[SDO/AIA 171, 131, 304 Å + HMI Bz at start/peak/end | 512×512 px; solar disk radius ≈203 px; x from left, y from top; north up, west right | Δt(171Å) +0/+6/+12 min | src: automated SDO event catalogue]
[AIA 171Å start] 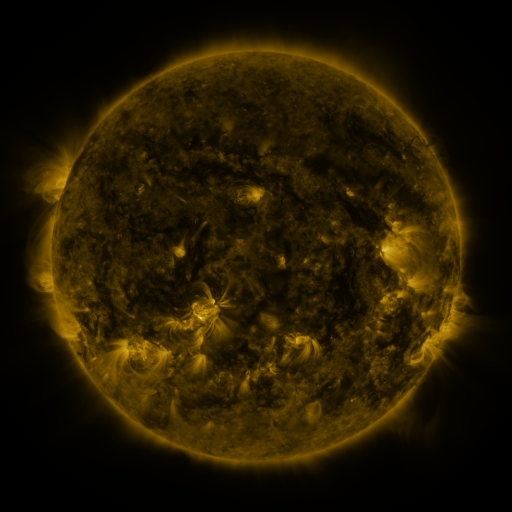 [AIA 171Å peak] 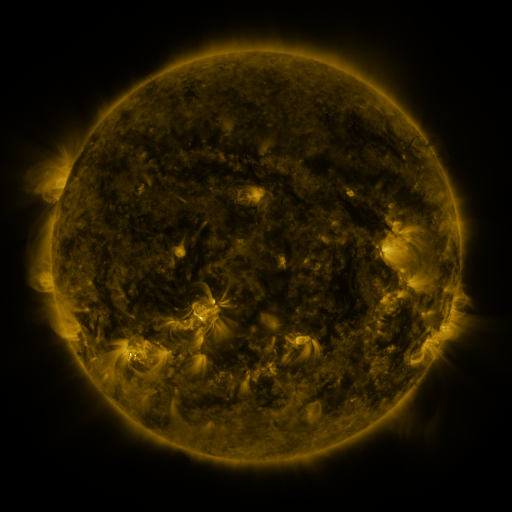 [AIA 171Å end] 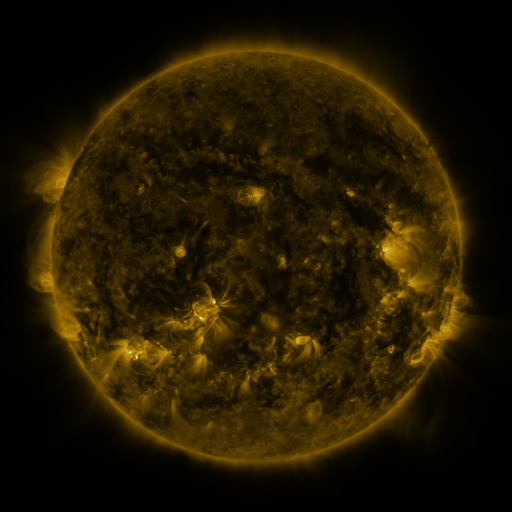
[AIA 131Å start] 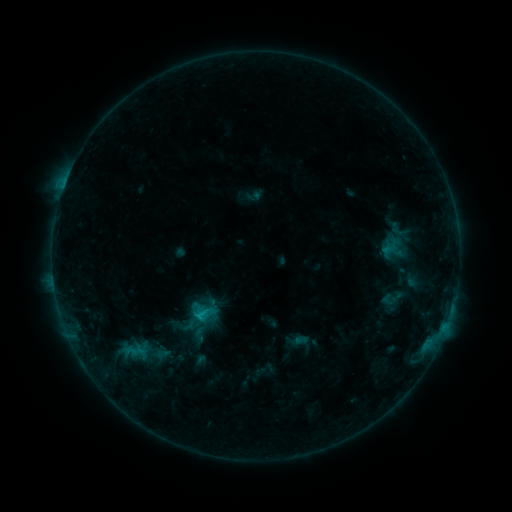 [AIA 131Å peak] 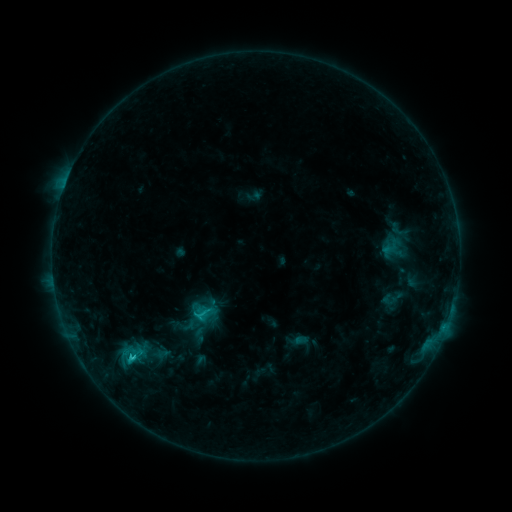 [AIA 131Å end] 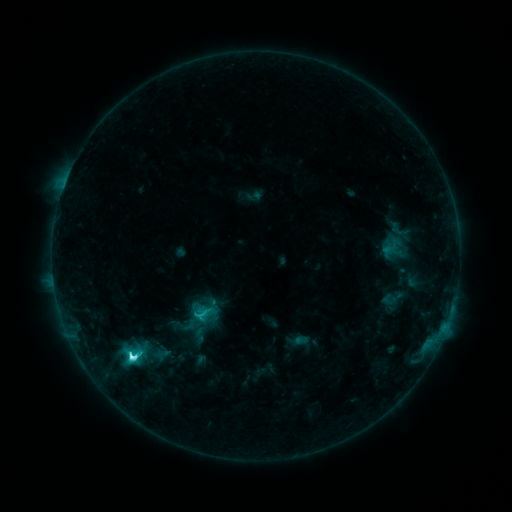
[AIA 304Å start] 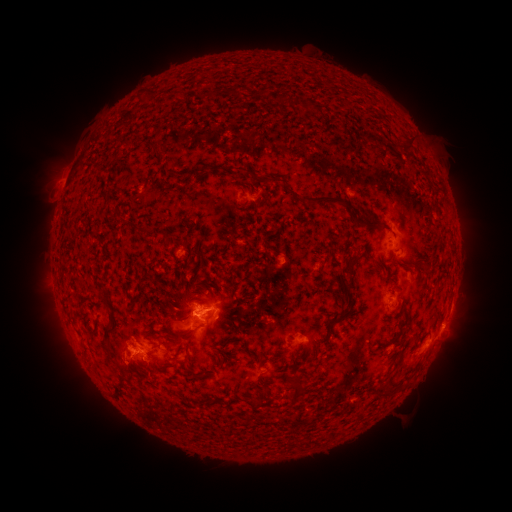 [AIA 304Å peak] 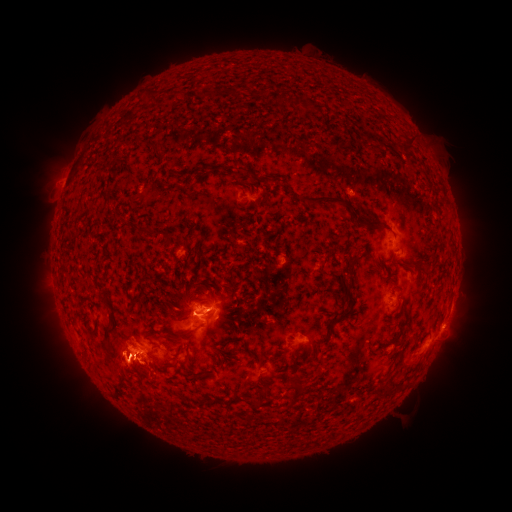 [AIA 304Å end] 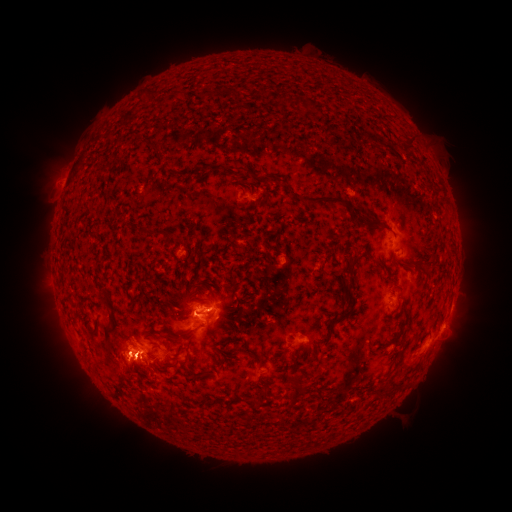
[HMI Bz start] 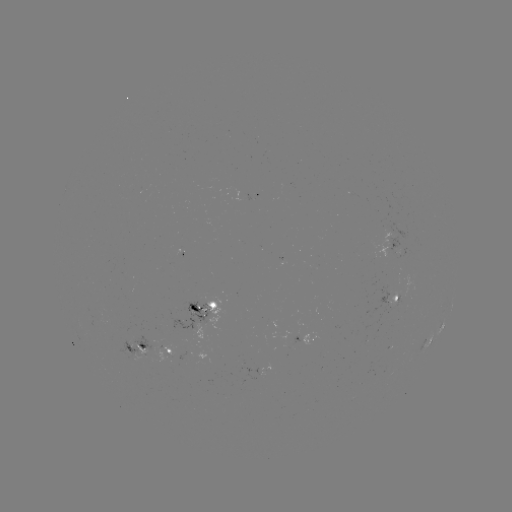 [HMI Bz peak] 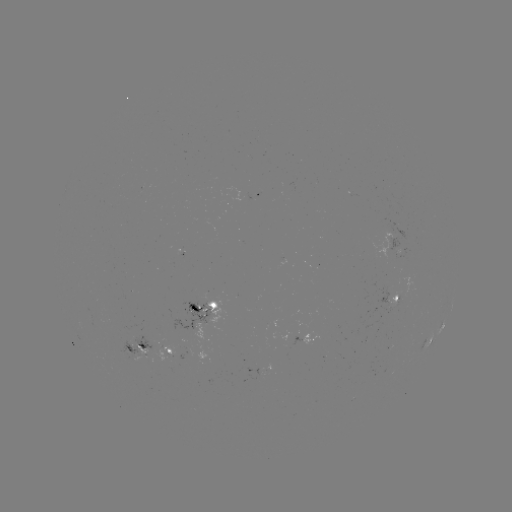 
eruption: (50, 337, 91, 393)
